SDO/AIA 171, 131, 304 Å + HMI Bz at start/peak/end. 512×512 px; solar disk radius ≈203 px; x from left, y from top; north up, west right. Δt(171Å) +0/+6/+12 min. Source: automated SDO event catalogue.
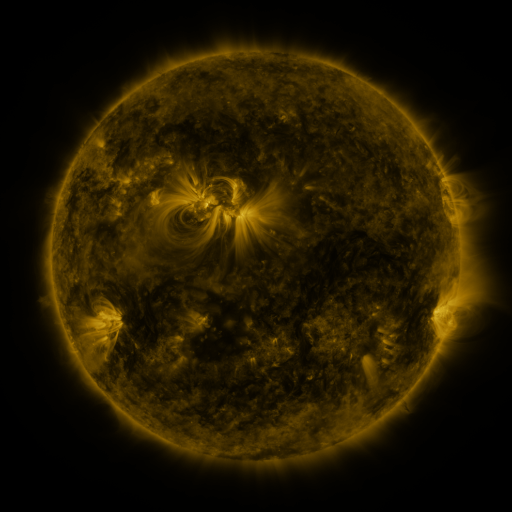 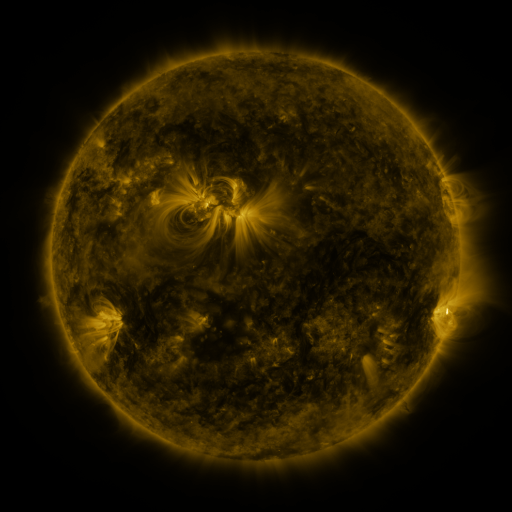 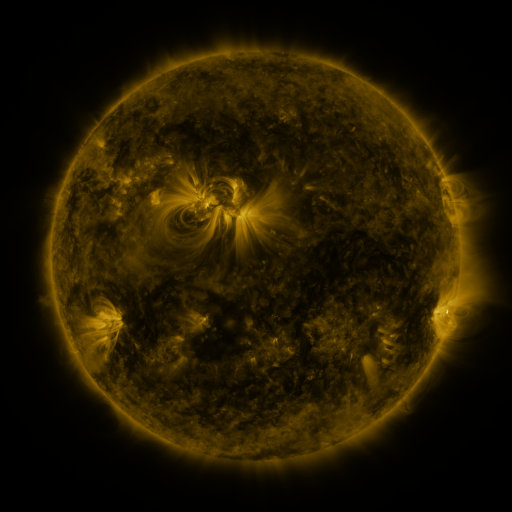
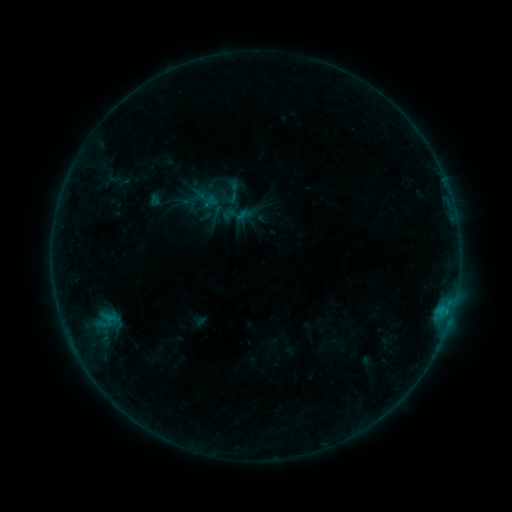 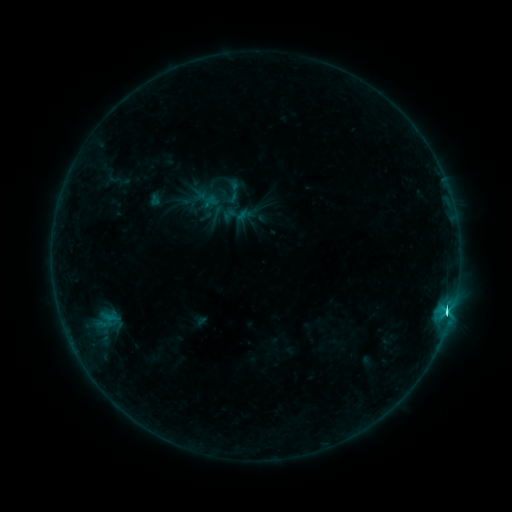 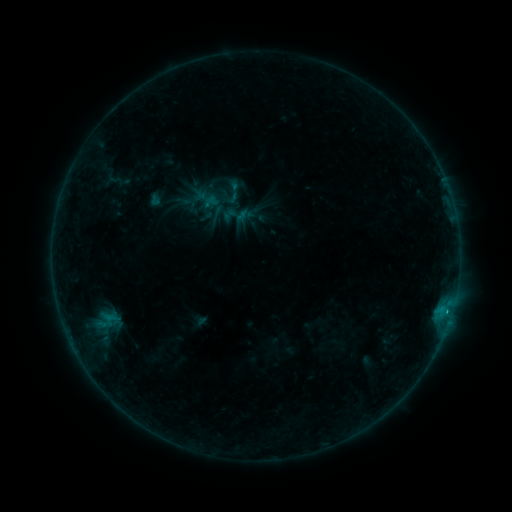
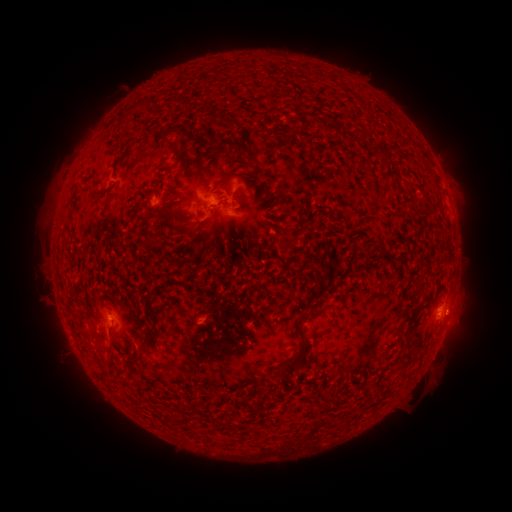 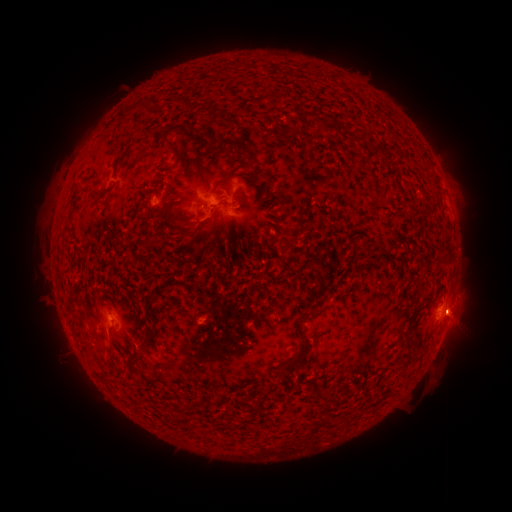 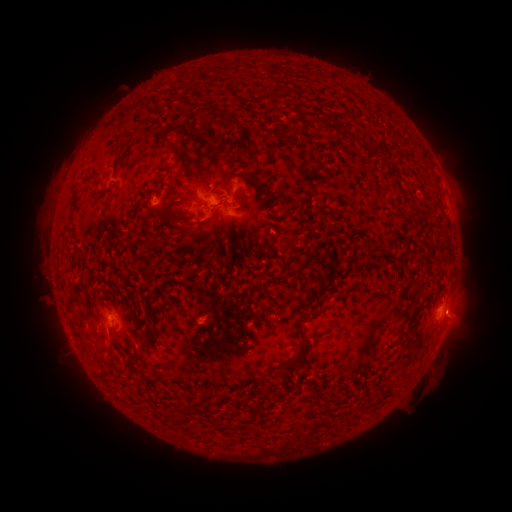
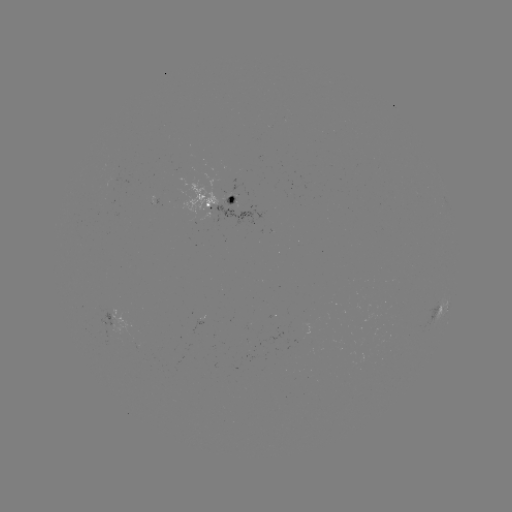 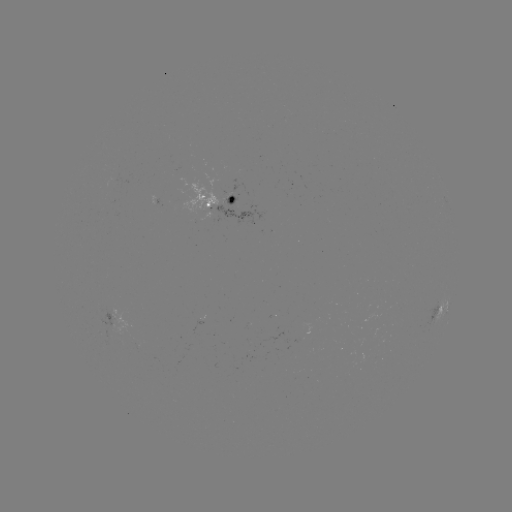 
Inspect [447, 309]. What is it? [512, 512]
C4.7 flare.